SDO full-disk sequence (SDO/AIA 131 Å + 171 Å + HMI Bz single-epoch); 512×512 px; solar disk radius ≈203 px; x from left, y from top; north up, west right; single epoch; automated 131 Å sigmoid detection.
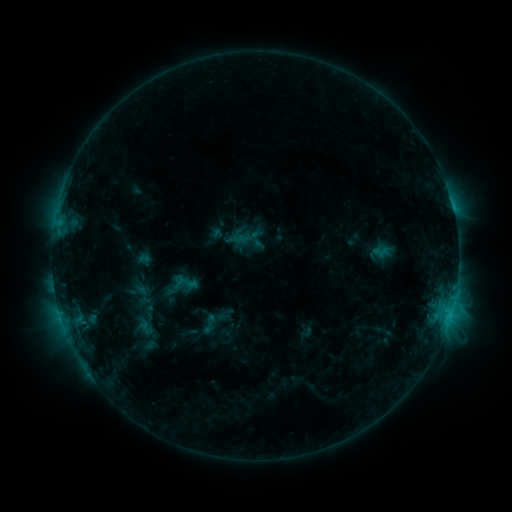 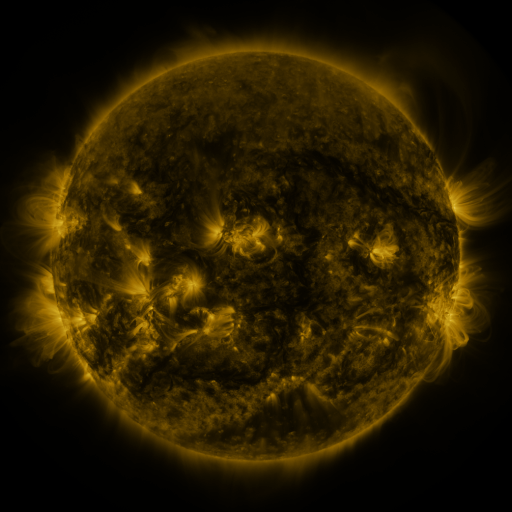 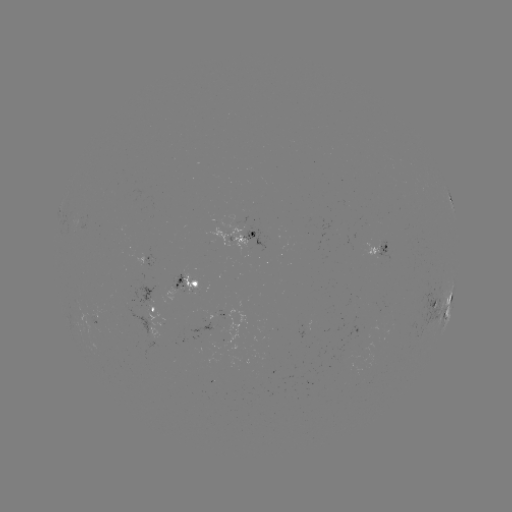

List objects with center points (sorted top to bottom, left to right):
sigmoid: (180, 282)
